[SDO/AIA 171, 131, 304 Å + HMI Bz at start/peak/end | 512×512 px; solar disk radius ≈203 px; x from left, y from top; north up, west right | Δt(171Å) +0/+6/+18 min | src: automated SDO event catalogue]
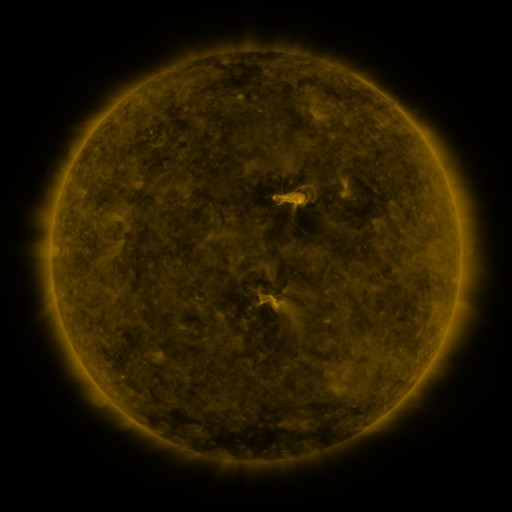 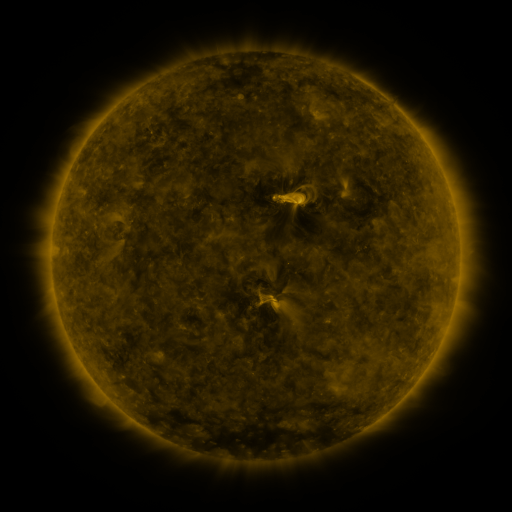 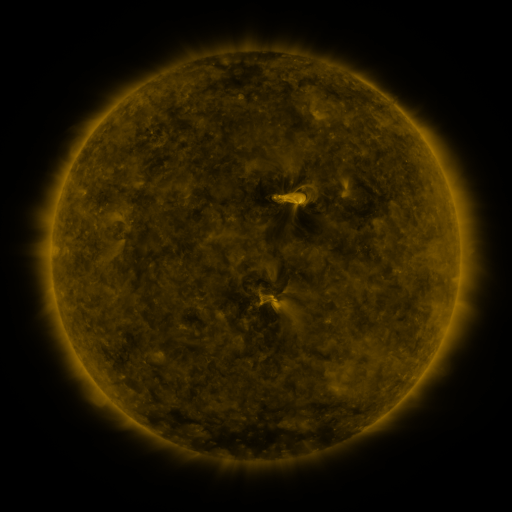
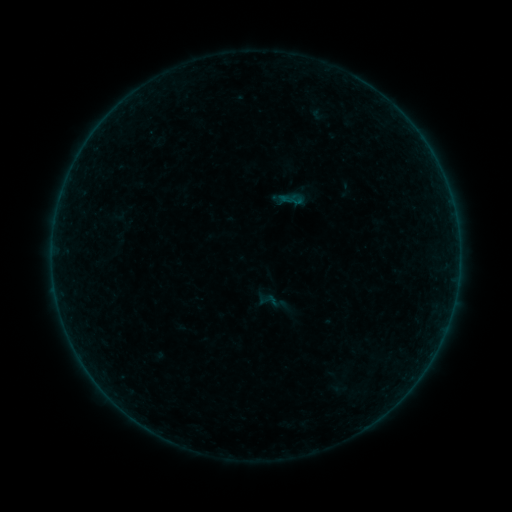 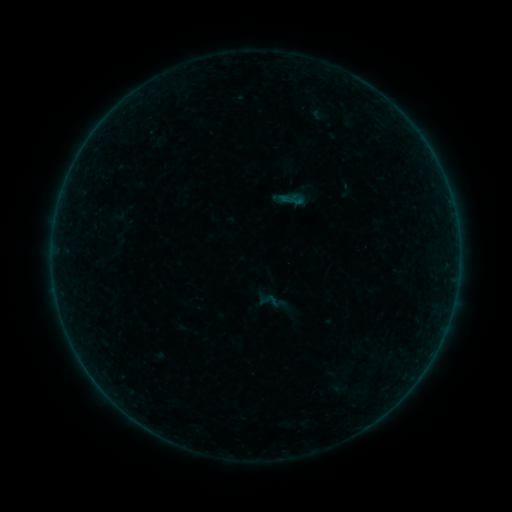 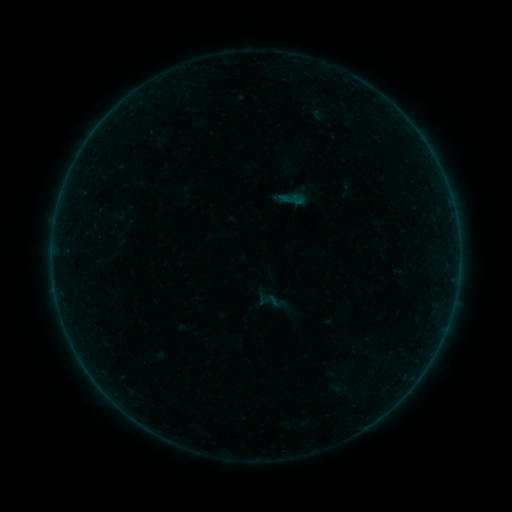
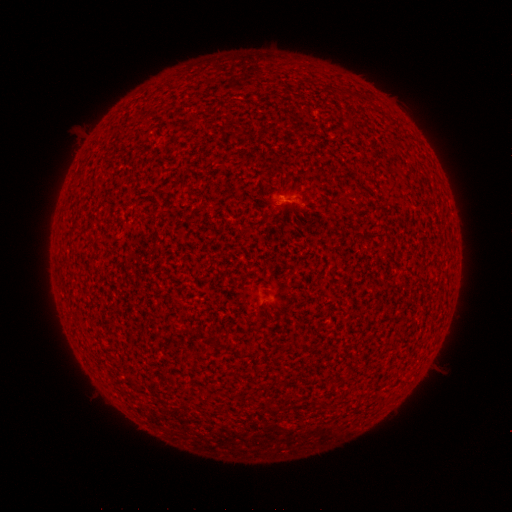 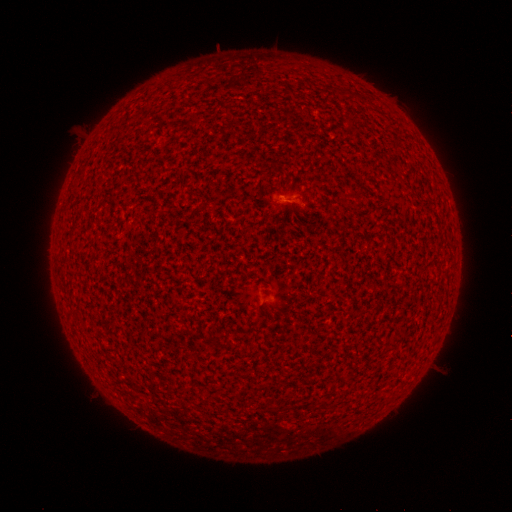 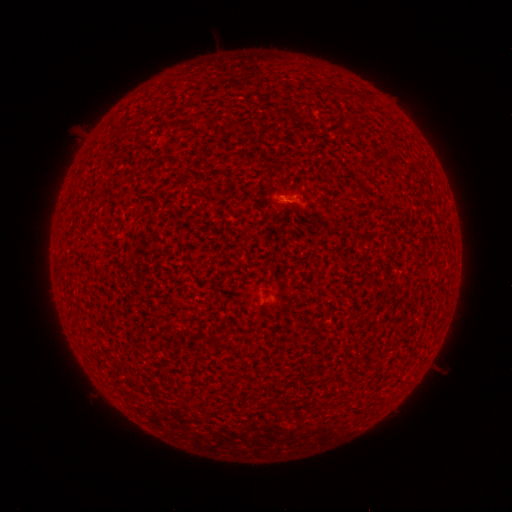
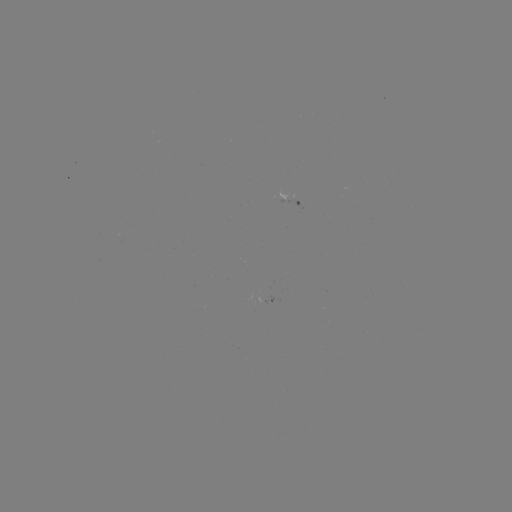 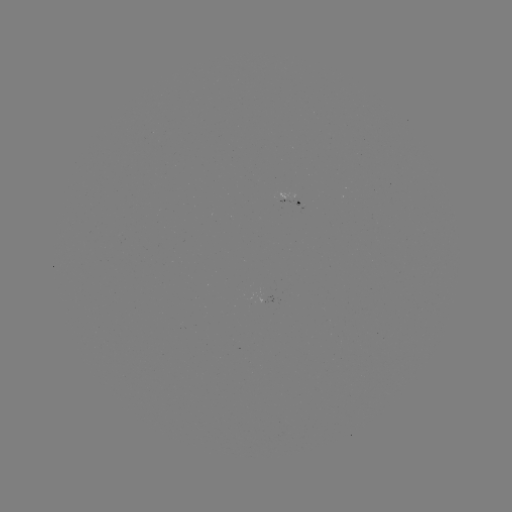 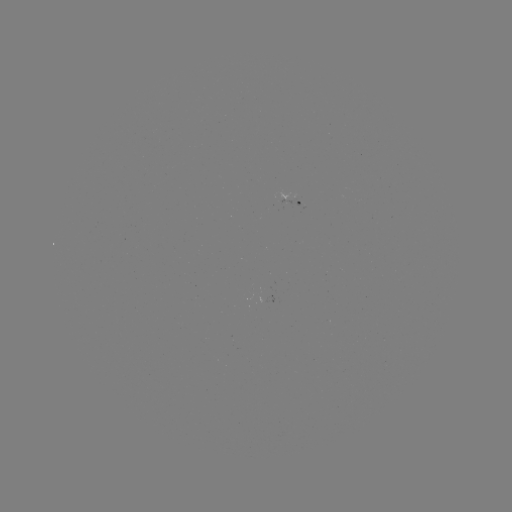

no catalogued flare and no flagged EUV brightening in this window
